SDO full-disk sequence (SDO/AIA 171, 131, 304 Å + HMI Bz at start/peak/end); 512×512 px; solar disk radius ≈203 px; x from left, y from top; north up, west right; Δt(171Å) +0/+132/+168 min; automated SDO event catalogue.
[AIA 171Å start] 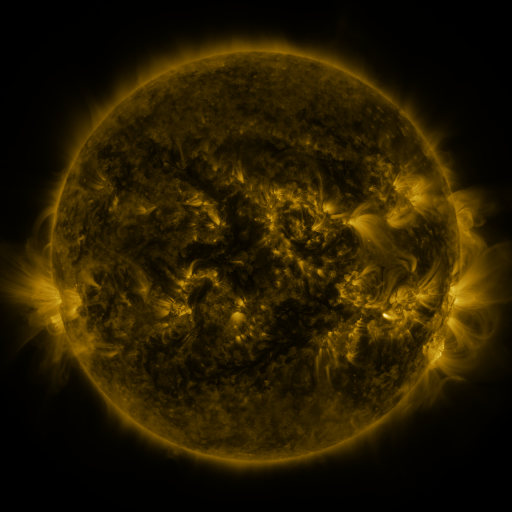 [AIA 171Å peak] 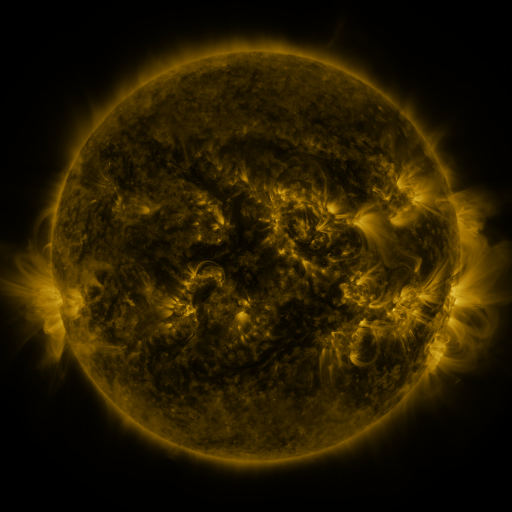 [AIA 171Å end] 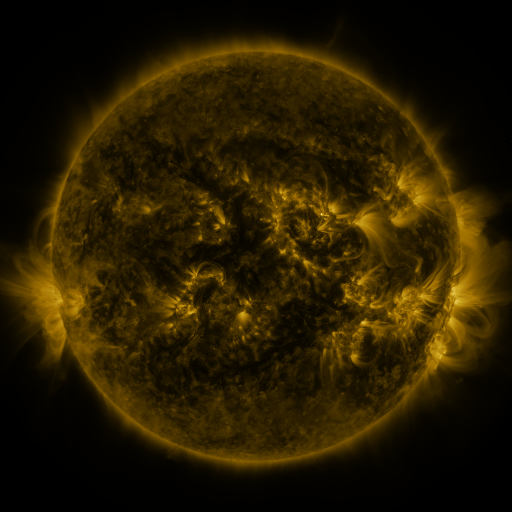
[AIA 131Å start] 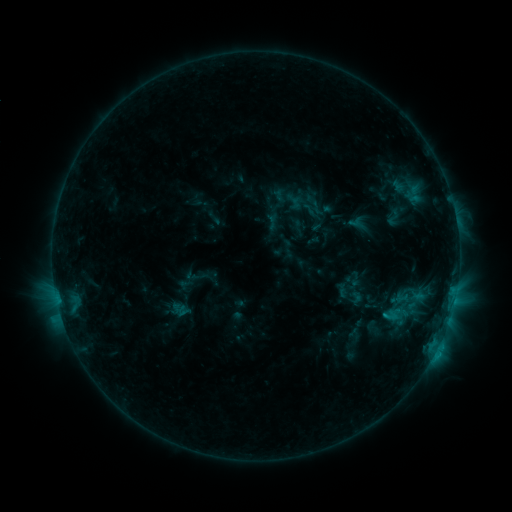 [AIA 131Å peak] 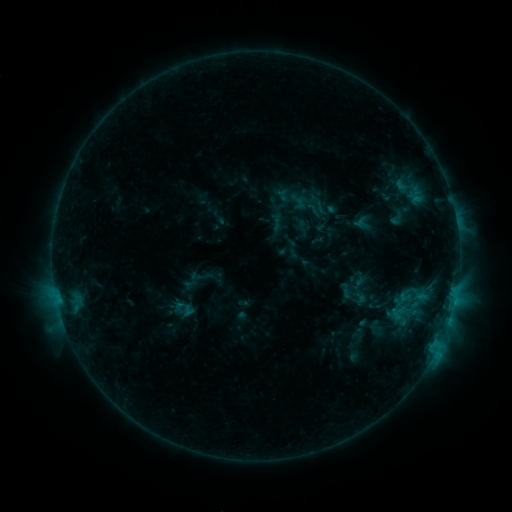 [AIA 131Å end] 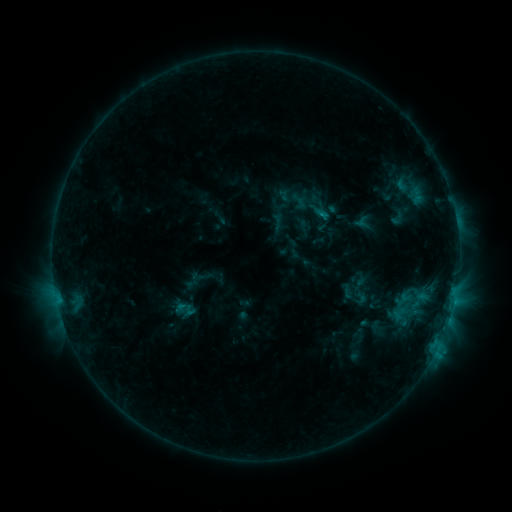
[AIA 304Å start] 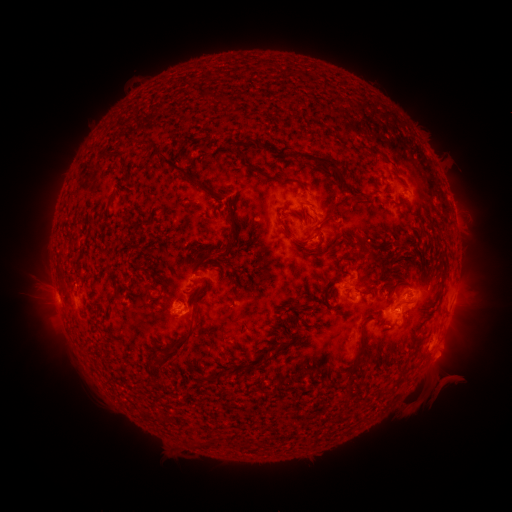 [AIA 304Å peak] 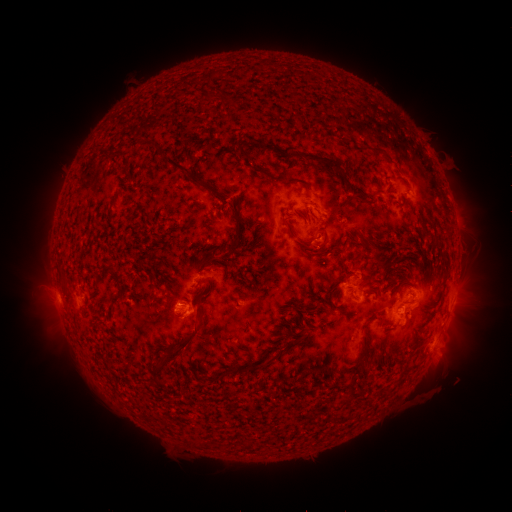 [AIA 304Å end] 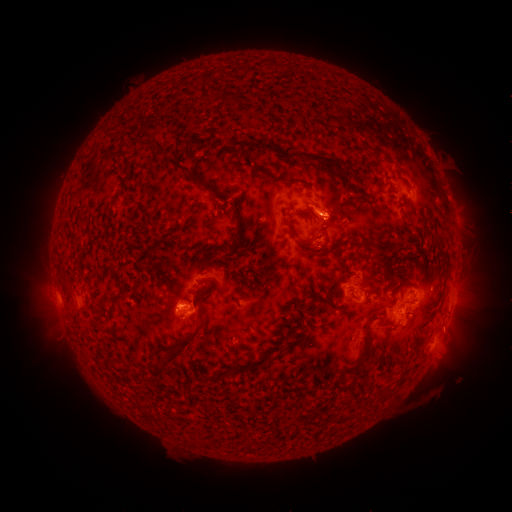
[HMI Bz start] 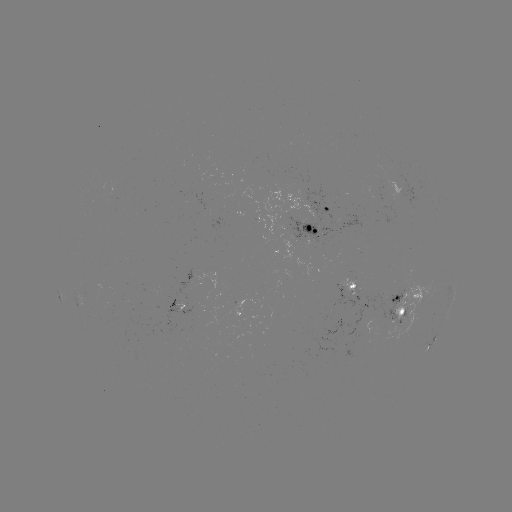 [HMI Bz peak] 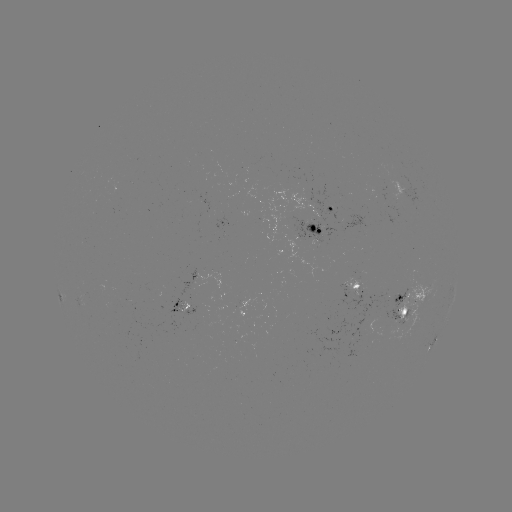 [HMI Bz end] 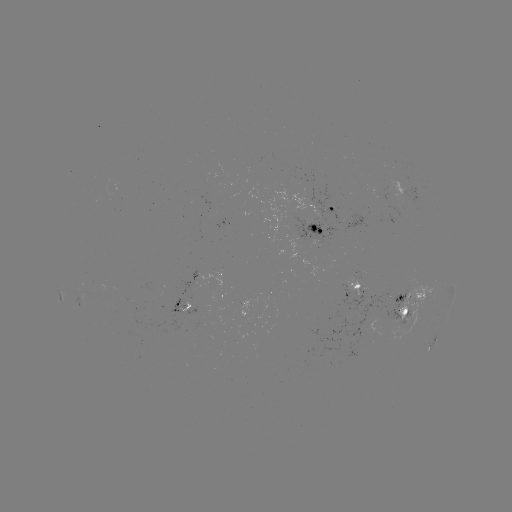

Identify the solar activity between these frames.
emerging-flux region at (418, 302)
